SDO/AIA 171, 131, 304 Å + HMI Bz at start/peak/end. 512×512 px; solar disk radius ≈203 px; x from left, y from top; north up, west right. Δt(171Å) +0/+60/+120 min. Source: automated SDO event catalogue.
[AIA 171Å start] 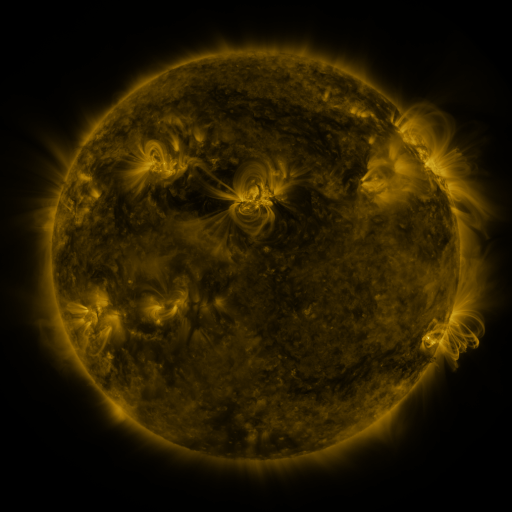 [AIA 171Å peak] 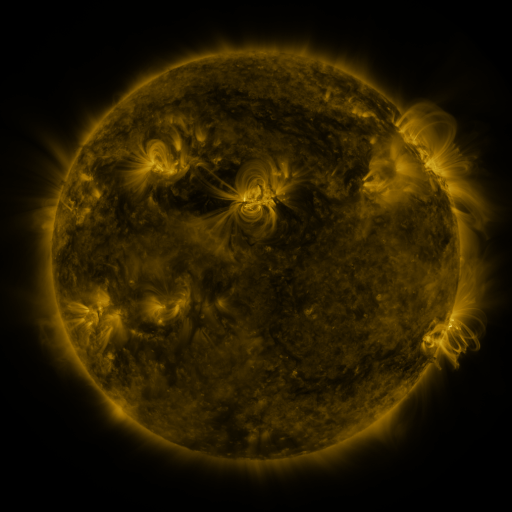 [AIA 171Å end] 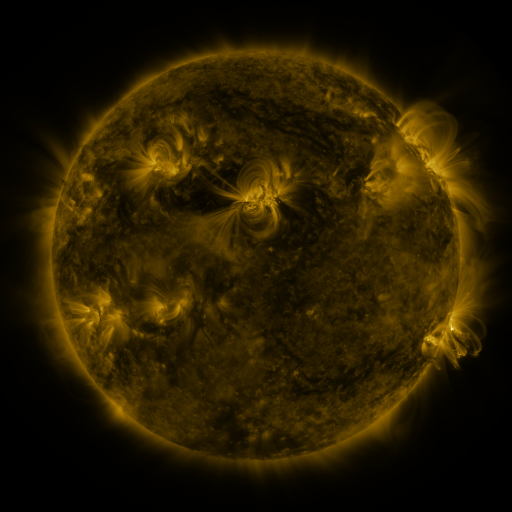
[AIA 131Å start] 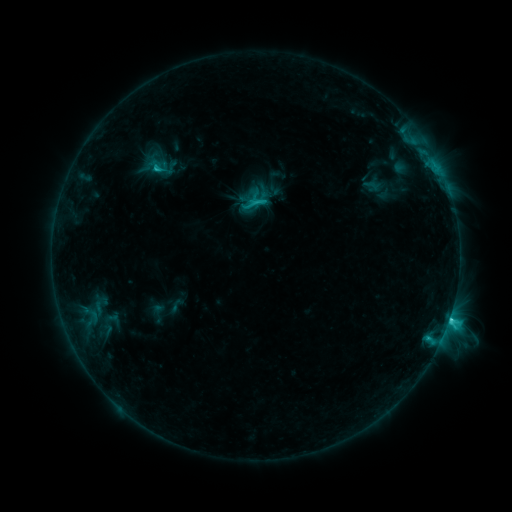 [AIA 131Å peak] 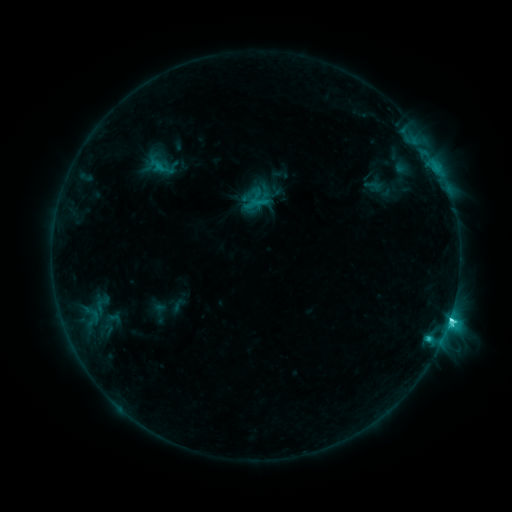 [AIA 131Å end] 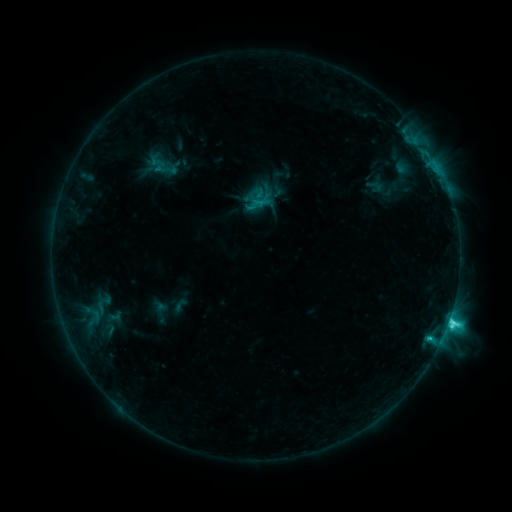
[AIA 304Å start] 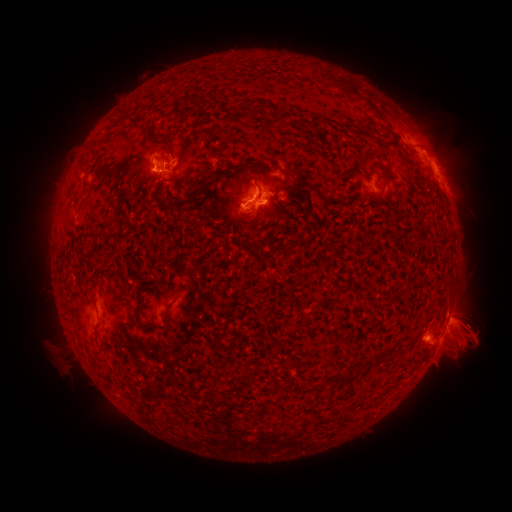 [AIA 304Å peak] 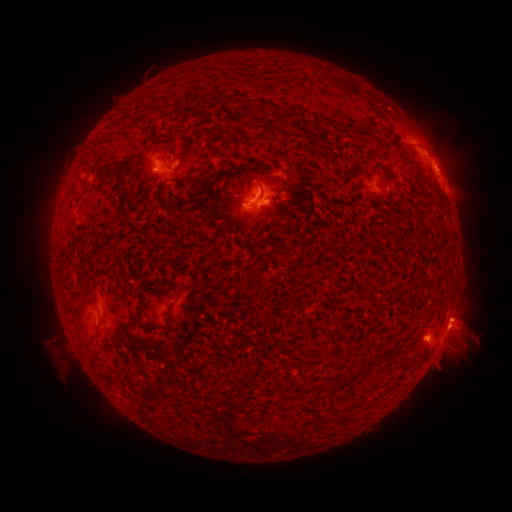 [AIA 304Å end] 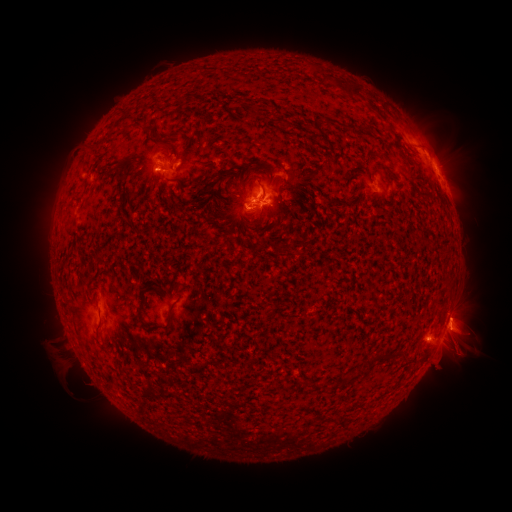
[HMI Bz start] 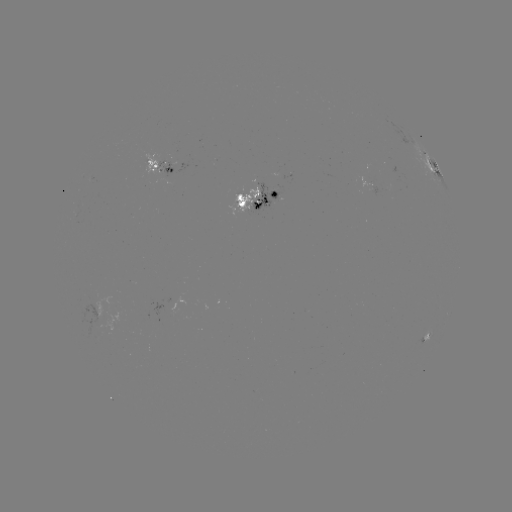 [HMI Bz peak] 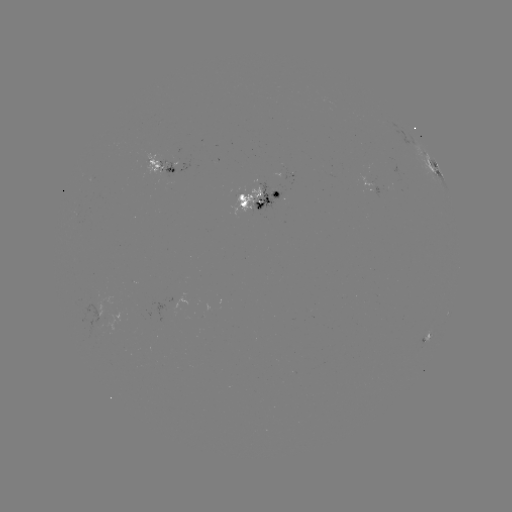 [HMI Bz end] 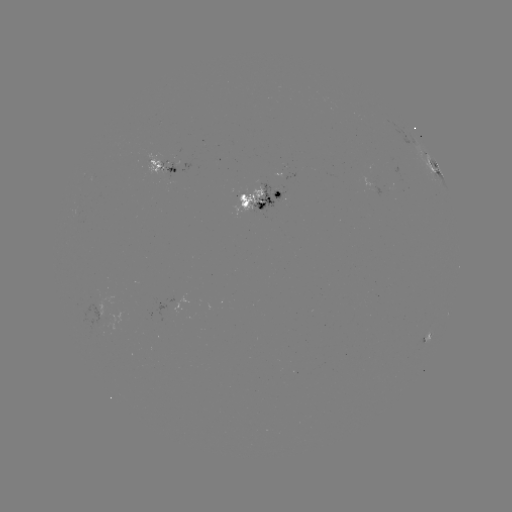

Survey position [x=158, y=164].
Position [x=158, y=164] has emerging-flux region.